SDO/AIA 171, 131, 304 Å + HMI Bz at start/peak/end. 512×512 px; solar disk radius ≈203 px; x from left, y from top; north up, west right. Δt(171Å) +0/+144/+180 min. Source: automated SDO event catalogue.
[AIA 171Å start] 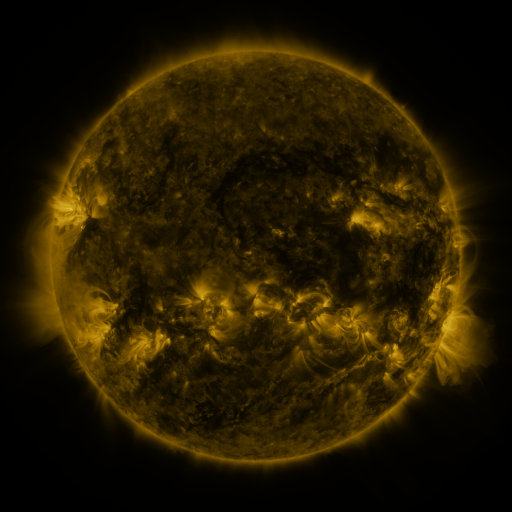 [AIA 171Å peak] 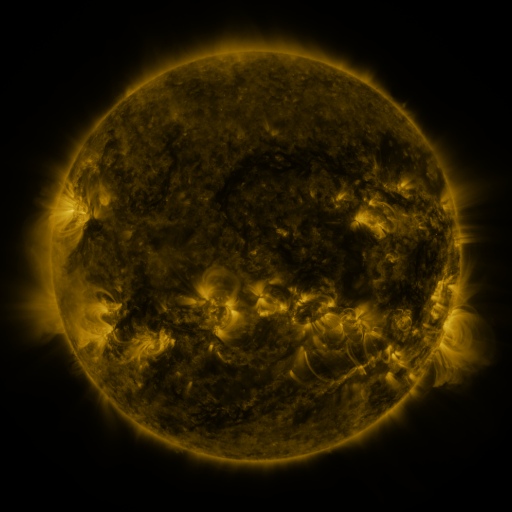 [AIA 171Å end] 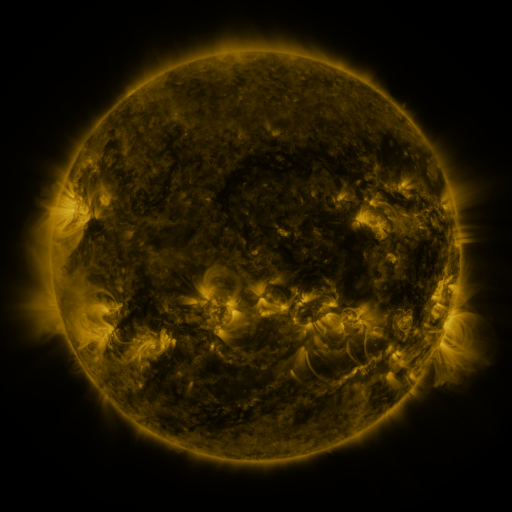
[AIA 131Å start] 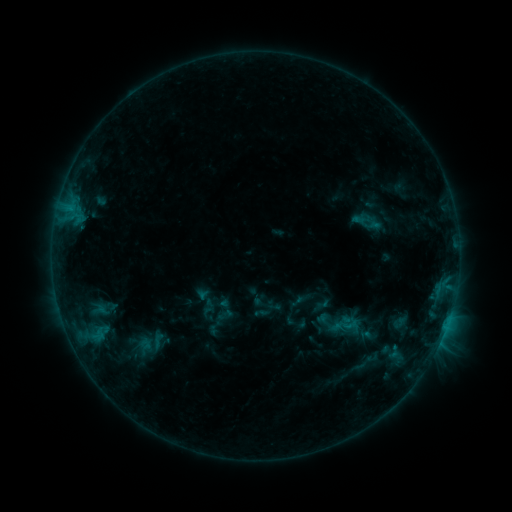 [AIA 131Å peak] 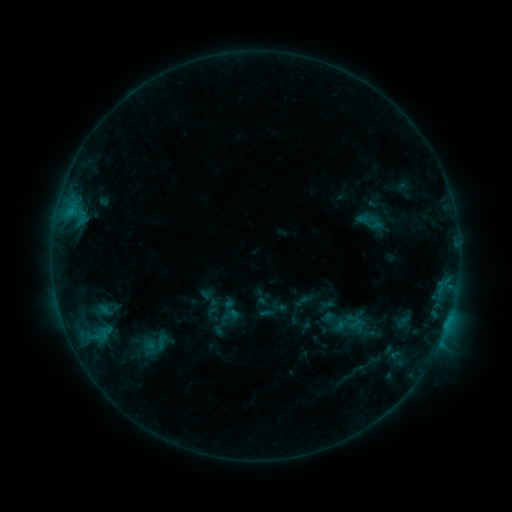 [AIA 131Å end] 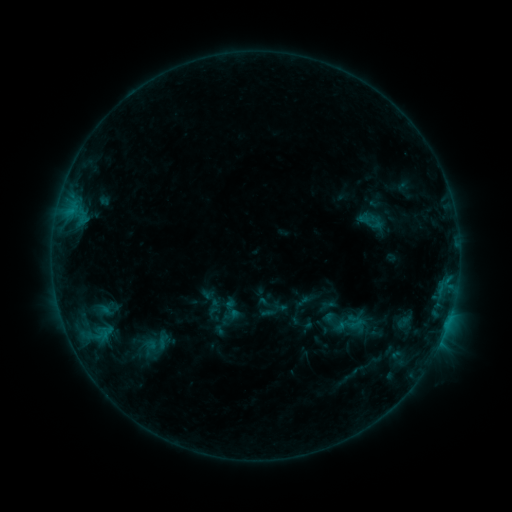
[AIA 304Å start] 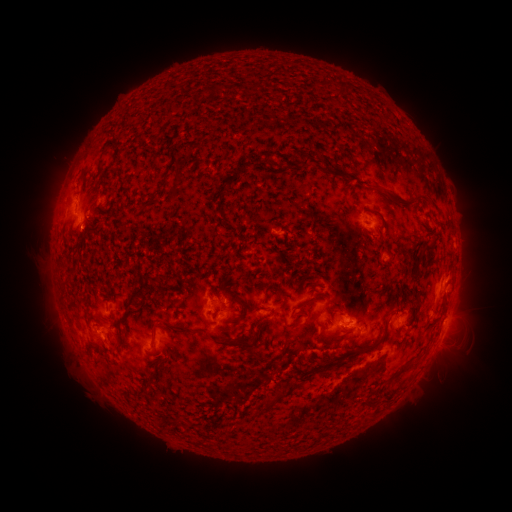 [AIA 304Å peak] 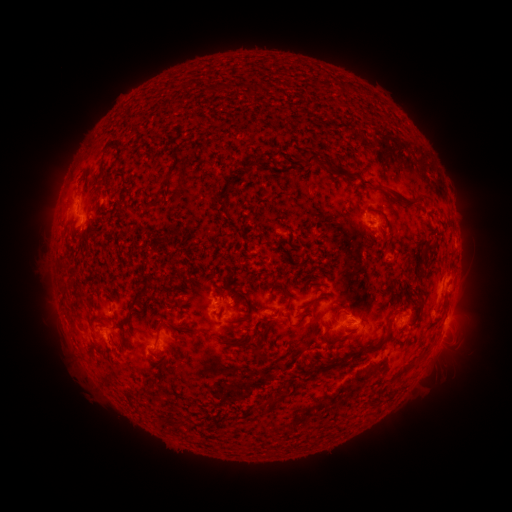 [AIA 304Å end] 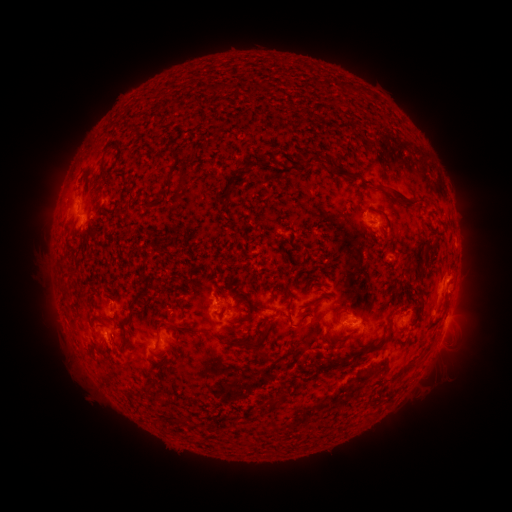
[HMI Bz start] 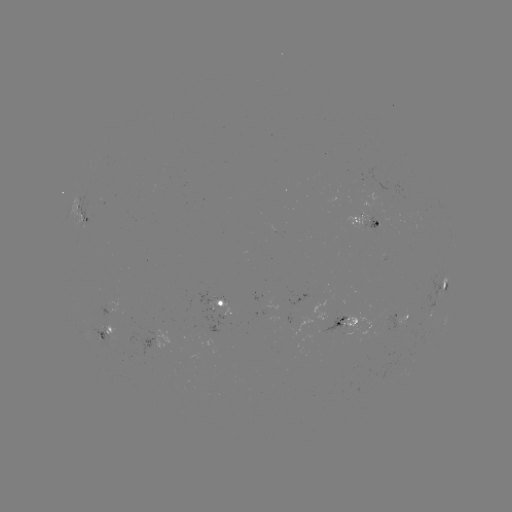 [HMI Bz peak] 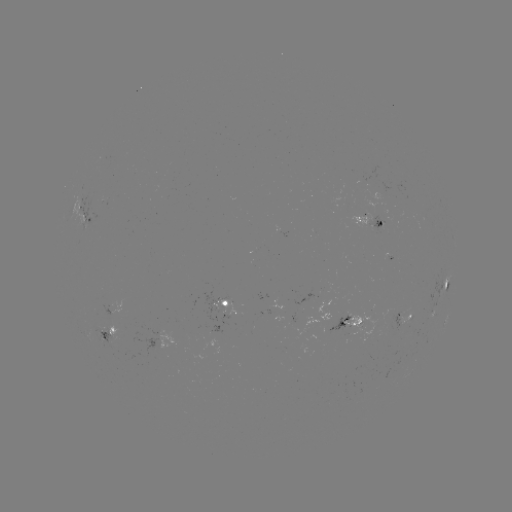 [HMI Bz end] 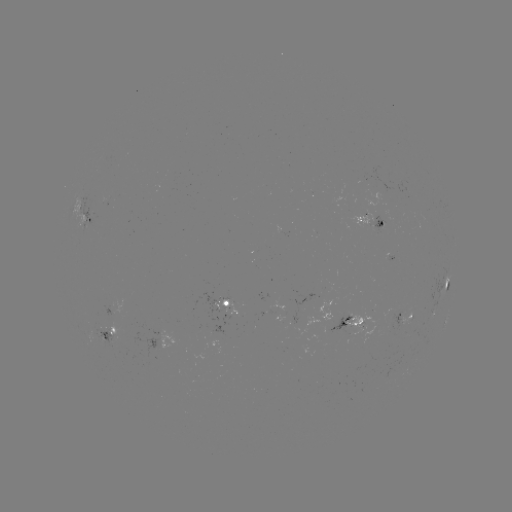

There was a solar emerging-flux region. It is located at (104, 331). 